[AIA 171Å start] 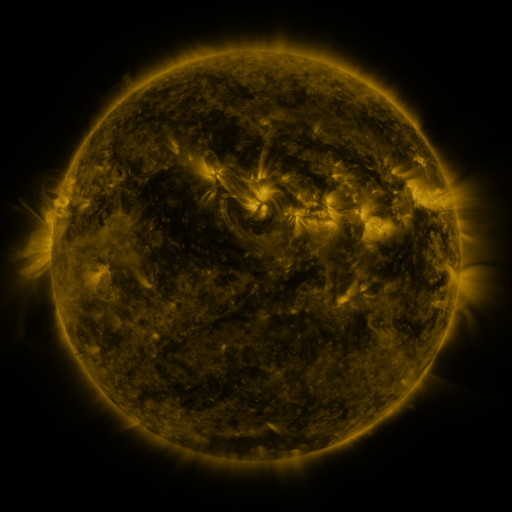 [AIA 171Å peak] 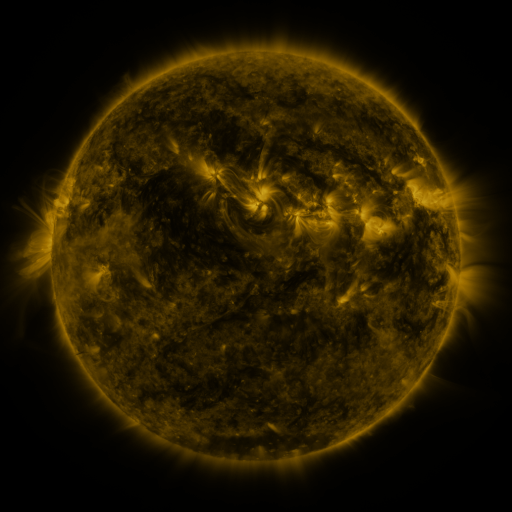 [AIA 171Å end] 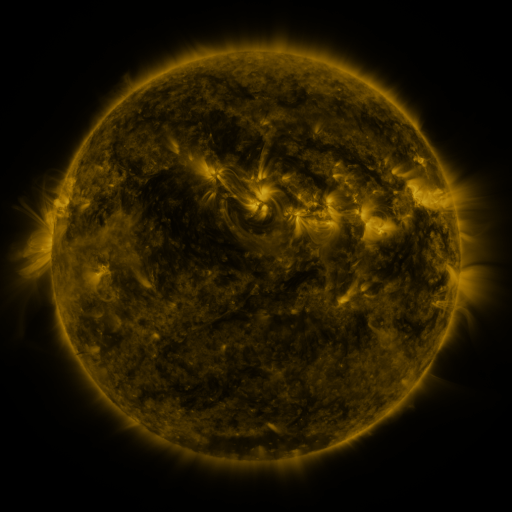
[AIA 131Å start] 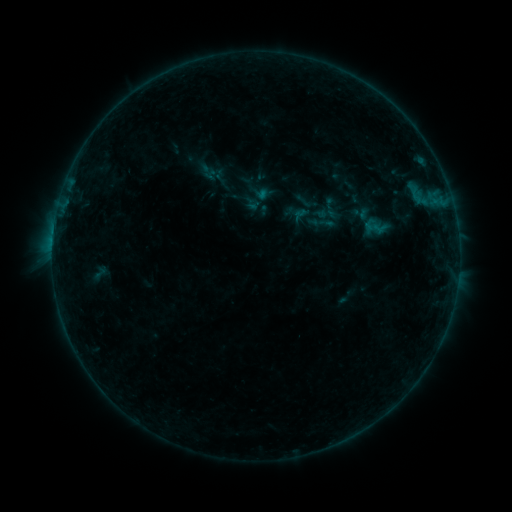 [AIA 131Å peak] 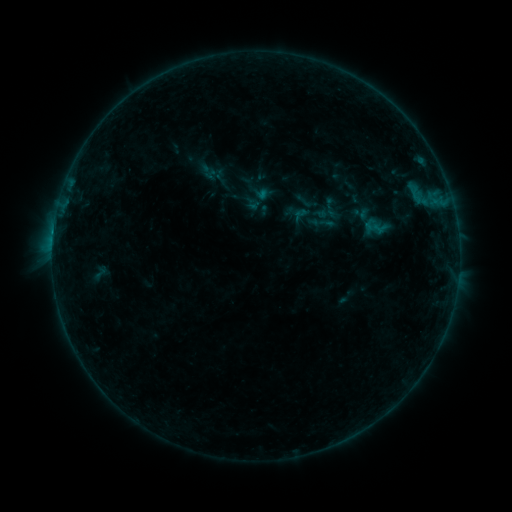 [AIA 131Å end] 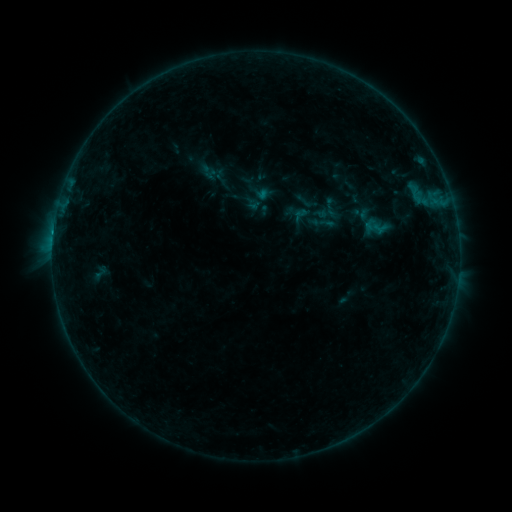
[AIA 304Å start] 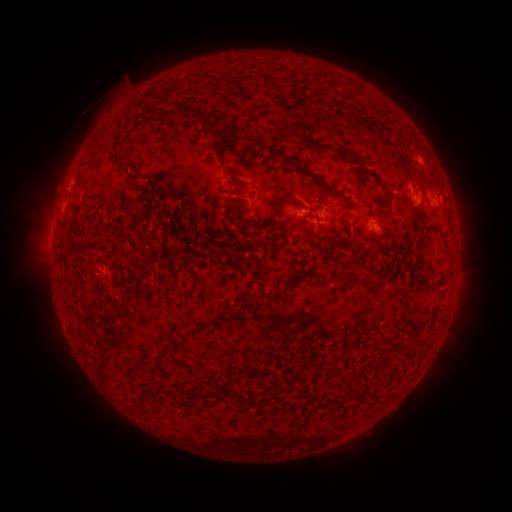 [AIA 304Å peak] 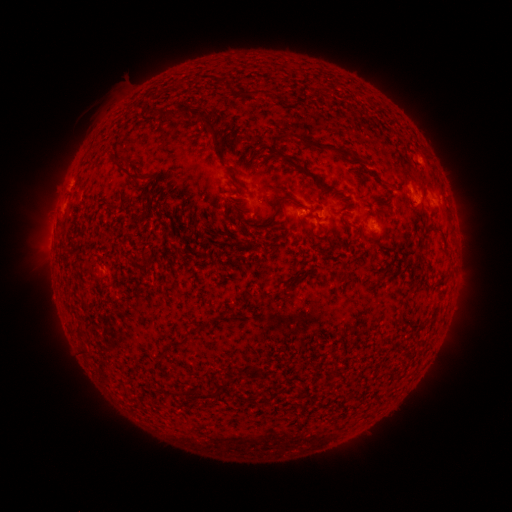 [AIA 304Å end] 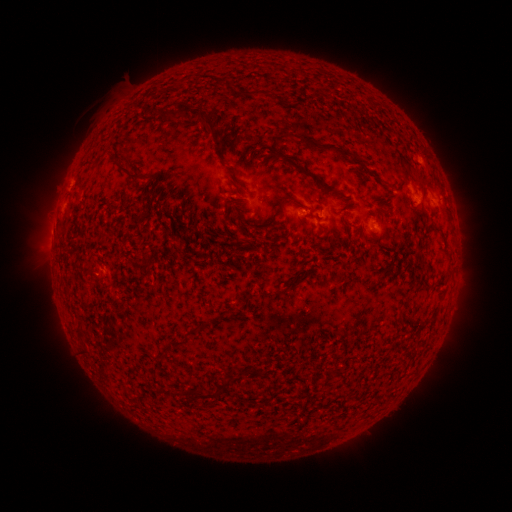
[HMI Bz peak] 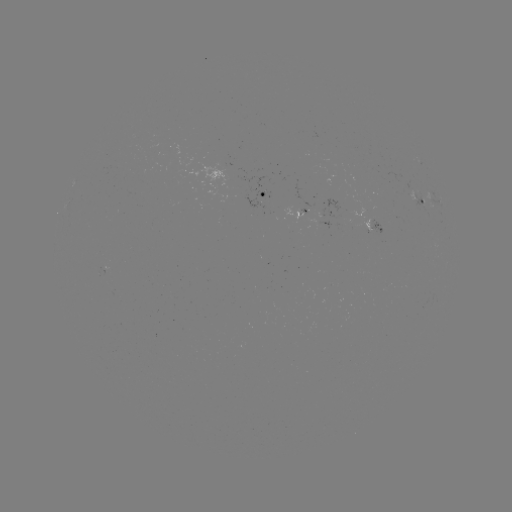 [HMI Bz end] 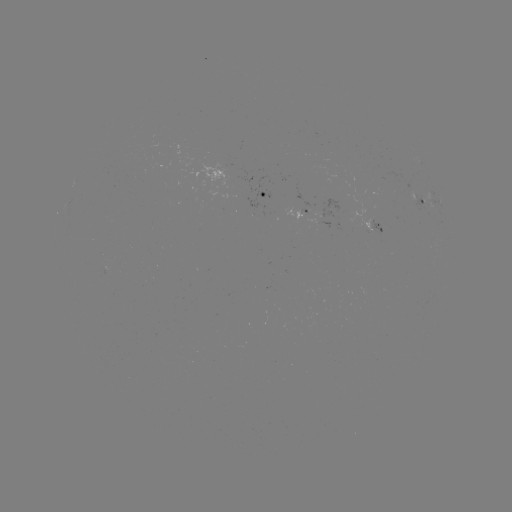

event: flare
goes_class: B4.1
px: (54, 234)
